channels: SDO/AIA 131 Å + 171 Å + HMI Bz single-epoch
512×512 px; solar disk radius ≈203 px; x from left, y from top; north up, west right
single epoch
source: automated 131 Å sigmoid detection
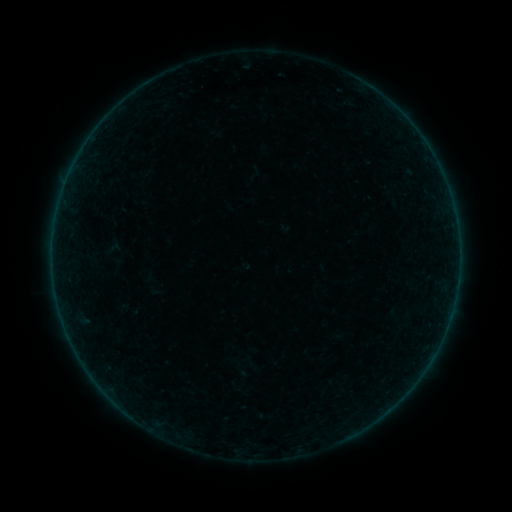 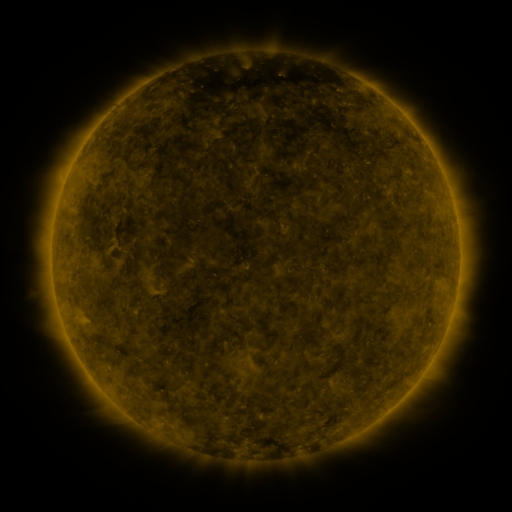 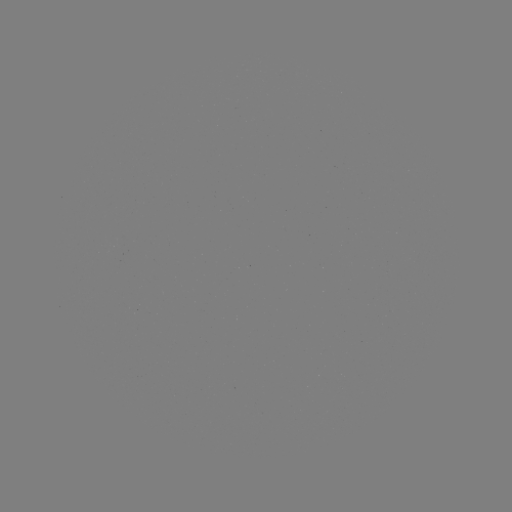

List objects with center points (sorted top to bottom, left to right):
sigmoid: (96, 232, 130, 273)
